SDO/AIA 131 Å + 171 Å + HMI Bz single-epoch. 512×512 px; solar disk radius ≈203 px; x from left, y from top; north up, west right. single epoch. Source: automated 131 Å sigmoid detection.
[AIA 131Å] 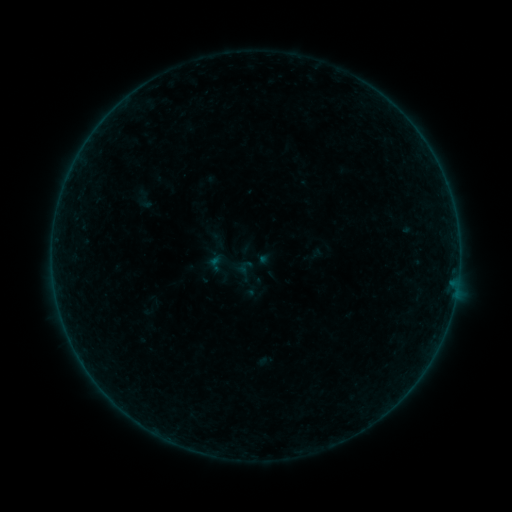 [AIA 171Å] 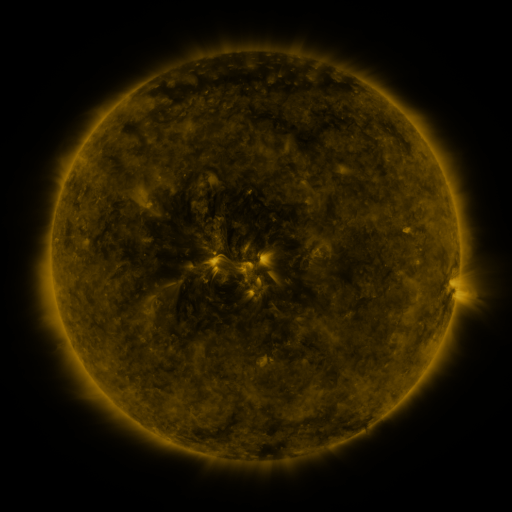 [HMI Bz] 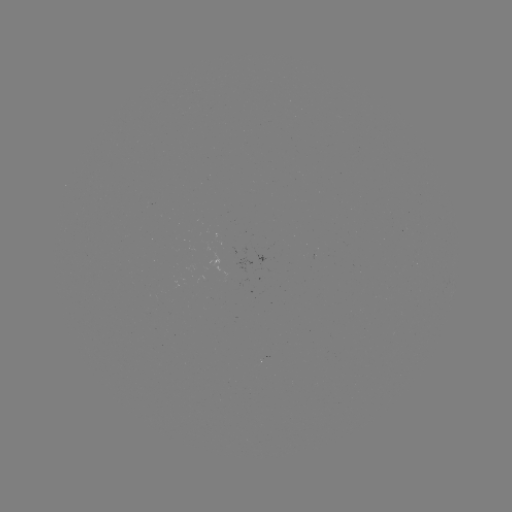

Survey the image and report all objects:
sigmoid: [136, 190, 155, 211]
sigmoid: [198, 234, 258, 297]
